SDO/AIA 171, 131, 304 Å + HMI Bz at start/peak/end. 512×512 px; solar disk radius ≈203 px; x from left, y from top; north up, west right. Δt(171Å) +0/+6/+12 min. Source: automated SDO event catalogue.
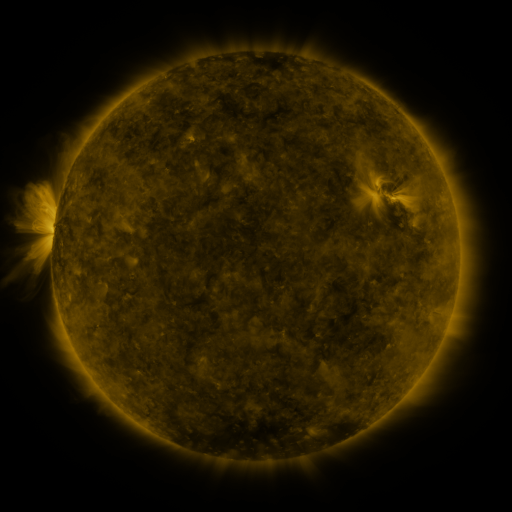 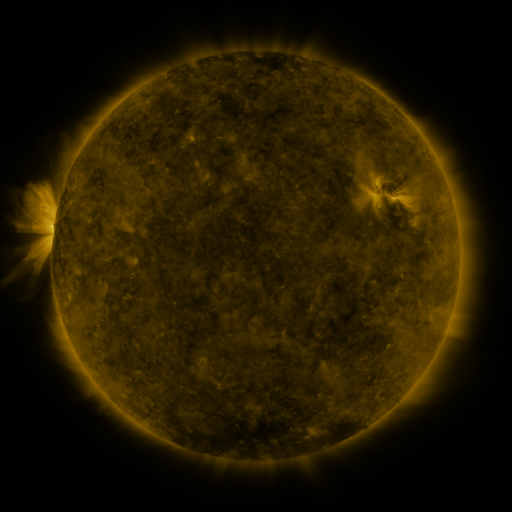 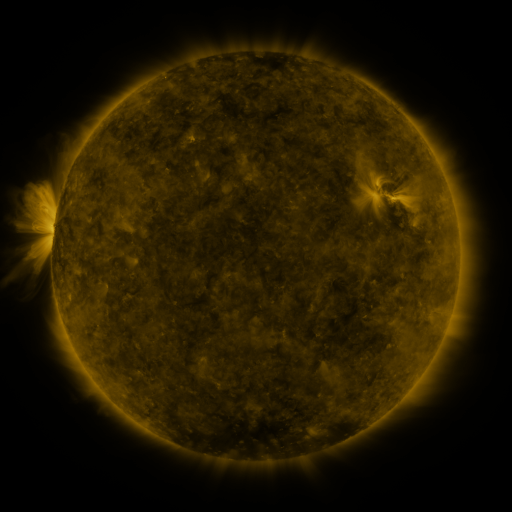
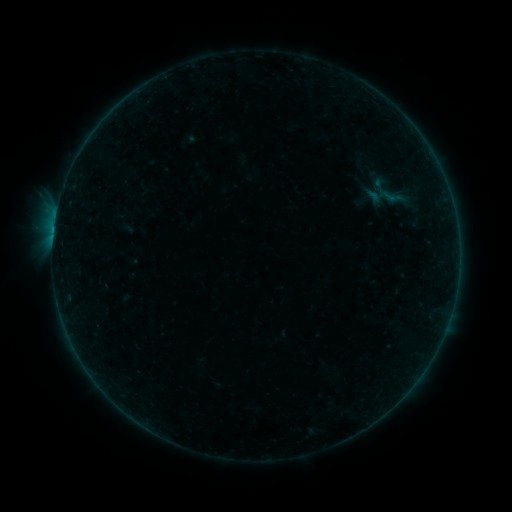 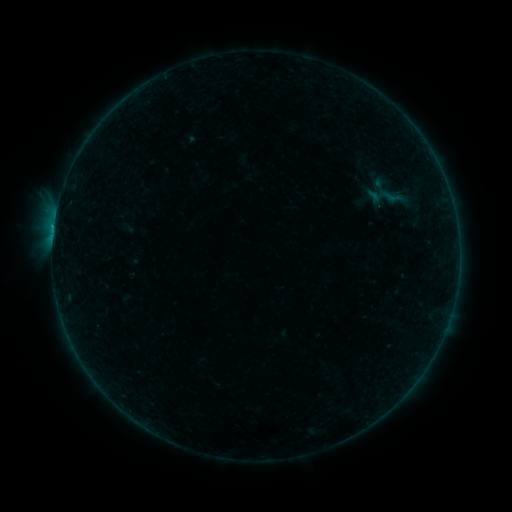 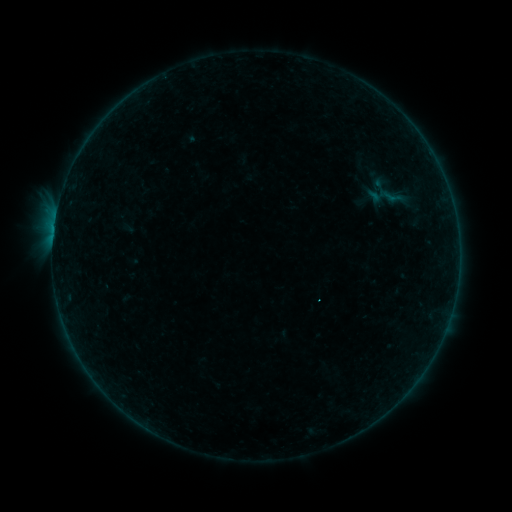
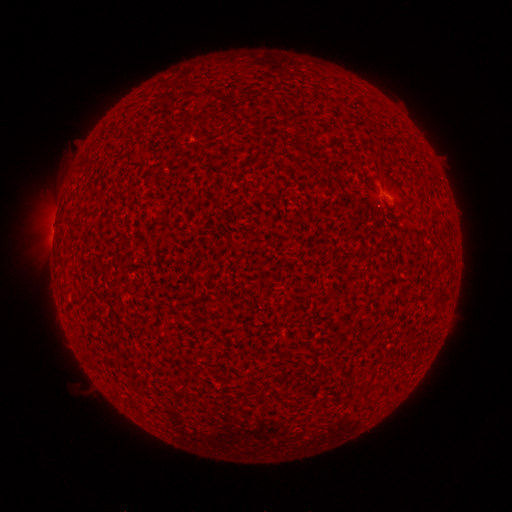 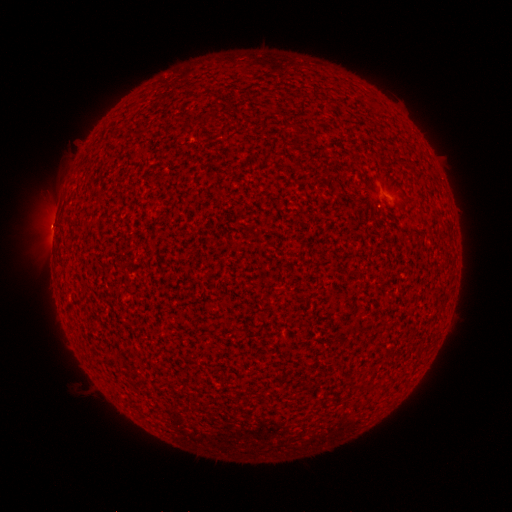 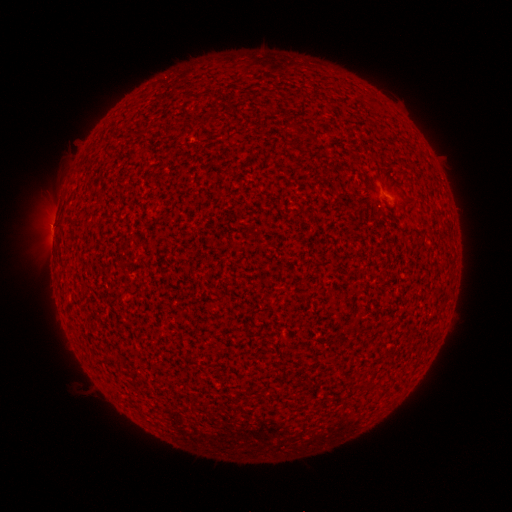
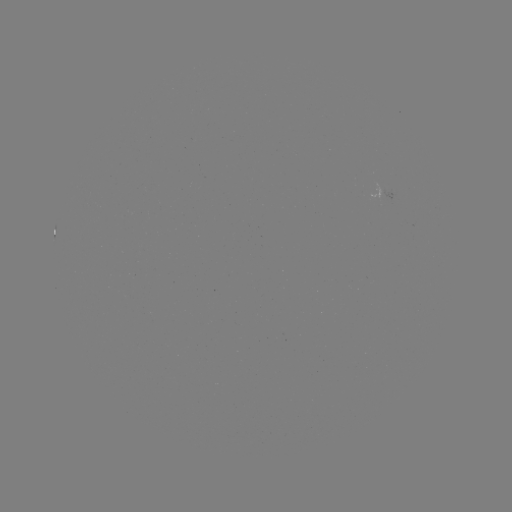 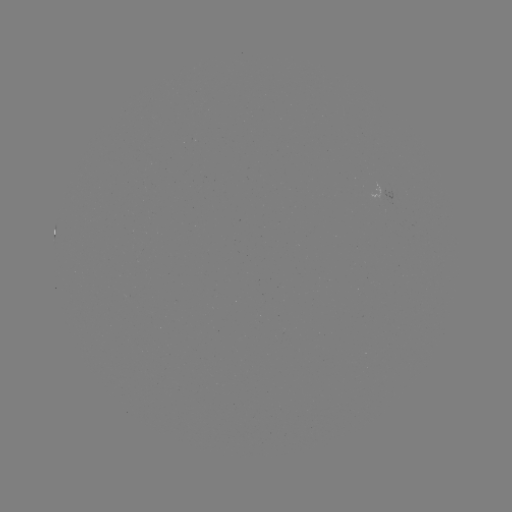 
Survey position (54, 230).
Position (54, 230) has B1.6 flare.